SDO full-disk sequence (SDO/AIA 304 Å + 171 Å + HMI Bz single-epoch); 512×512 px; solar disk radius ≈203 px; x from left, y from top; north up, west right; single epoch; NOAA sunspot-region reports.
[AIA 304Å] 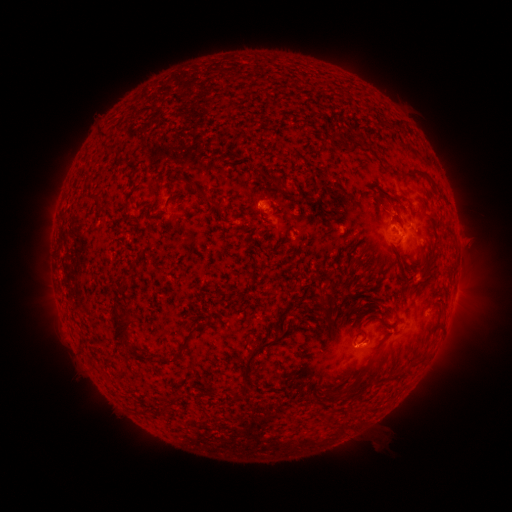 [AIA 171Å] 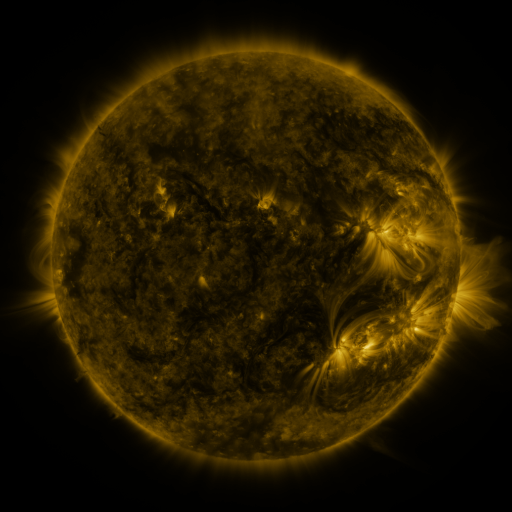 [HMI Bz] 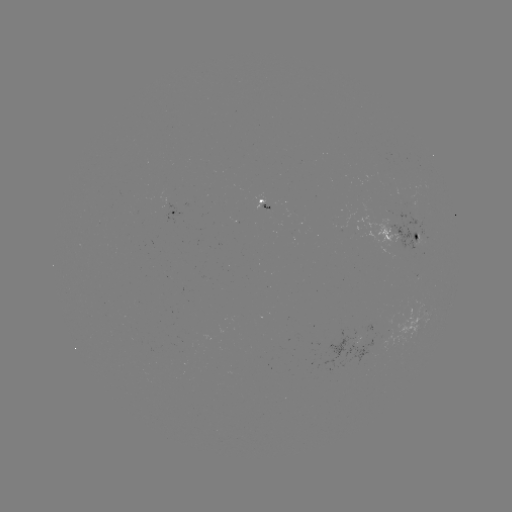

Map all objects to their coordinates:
spotted active region: (262, 202)
spotted active region: (176, 215)
spotted active region: (400, 236)
spotted active region: (431, 309)
spotted active region: (359, 342)
